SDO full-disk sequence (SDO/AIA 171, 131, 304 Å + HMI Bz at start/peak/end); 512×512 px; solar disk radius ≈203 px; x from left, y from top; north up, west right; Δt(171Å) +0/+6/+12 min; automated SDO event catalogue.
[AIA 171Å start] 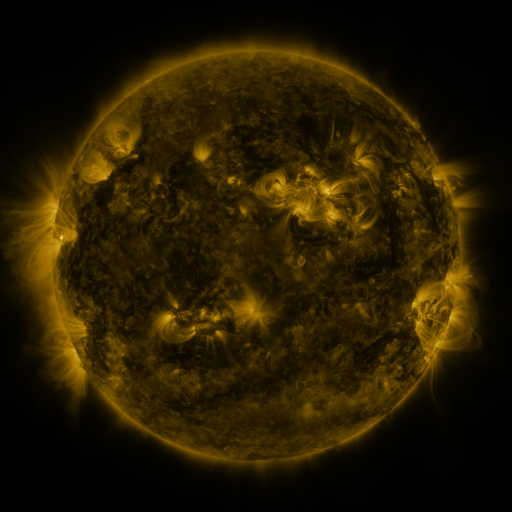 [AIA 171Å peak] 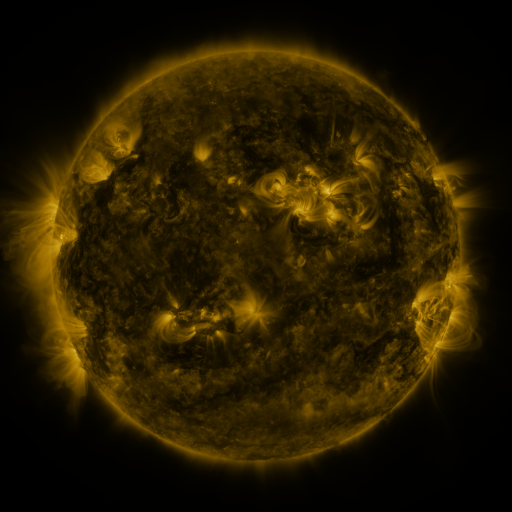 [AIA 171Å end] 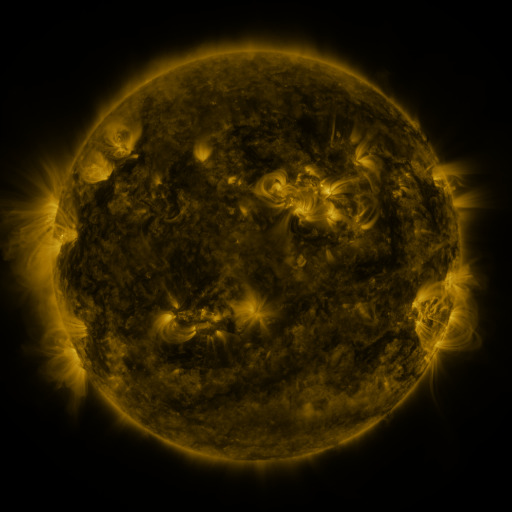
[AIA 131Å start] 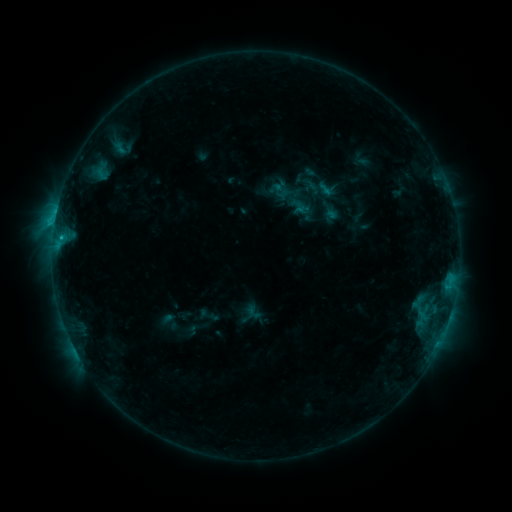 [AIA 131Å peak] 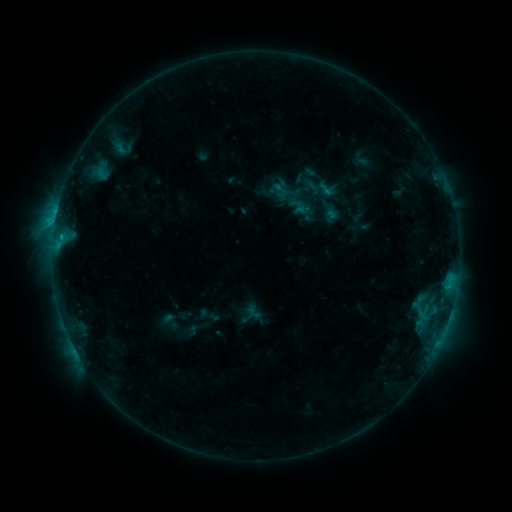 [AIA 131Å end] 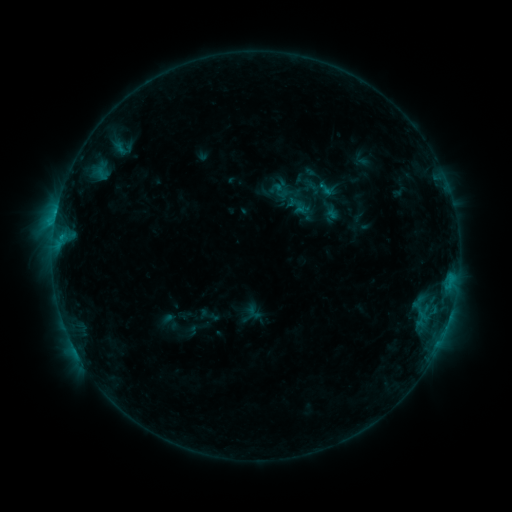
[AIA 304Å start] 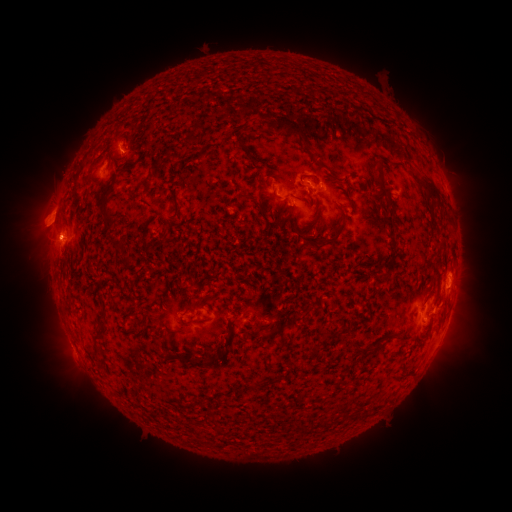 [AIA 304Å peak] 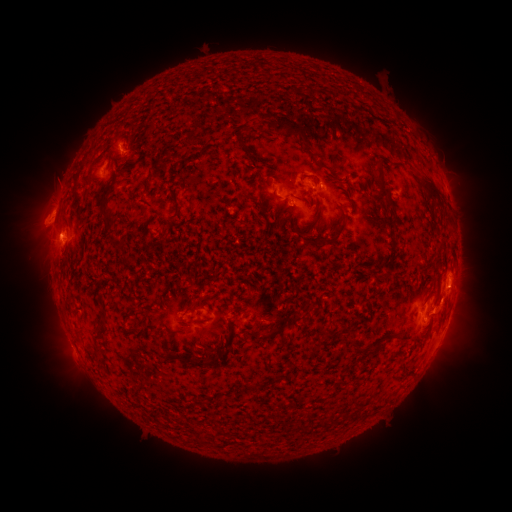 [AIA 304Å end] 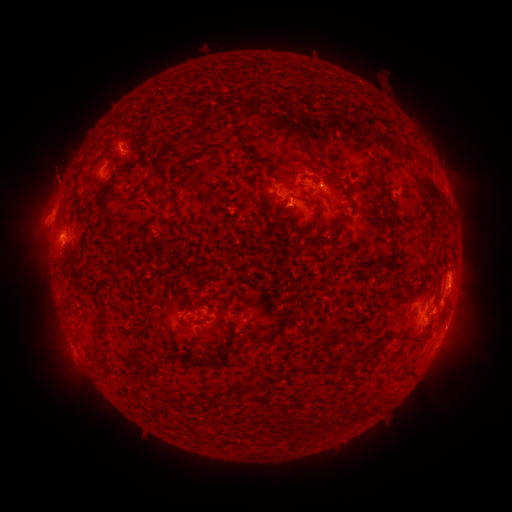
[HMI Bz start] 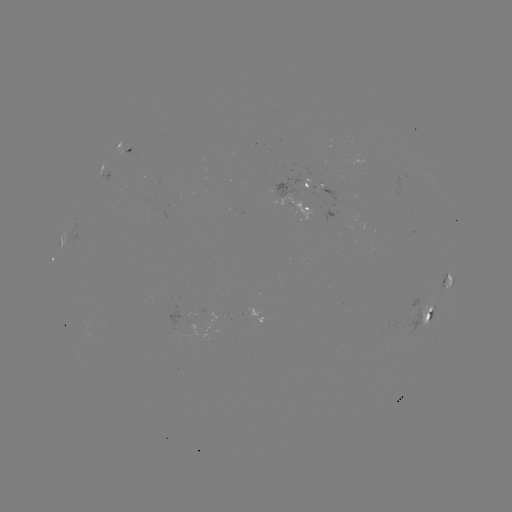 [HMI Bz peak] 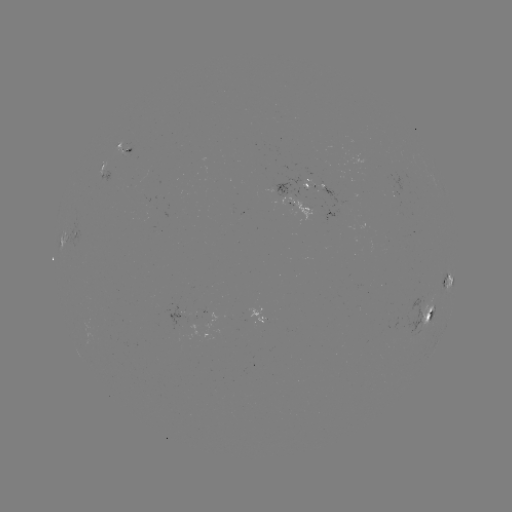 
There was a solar eruption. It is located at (55, 178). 